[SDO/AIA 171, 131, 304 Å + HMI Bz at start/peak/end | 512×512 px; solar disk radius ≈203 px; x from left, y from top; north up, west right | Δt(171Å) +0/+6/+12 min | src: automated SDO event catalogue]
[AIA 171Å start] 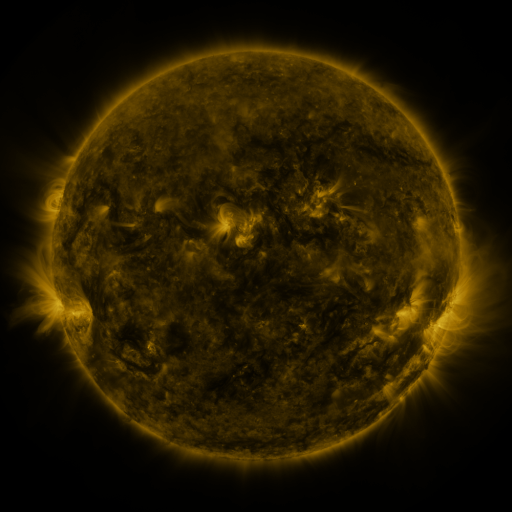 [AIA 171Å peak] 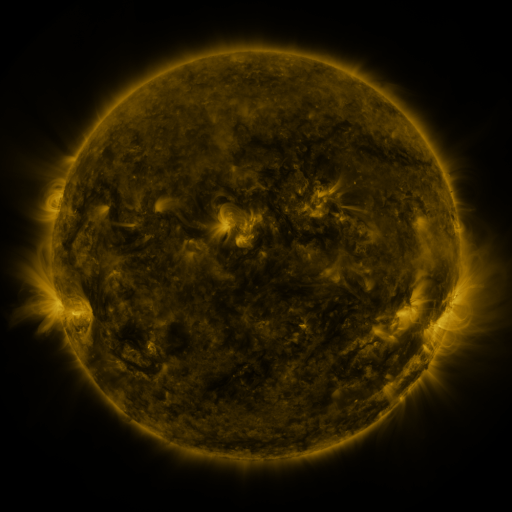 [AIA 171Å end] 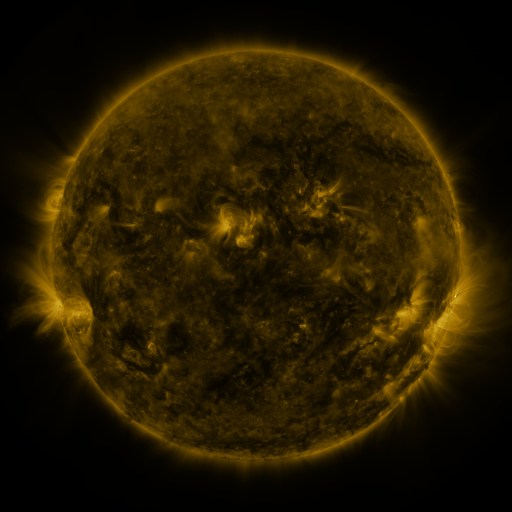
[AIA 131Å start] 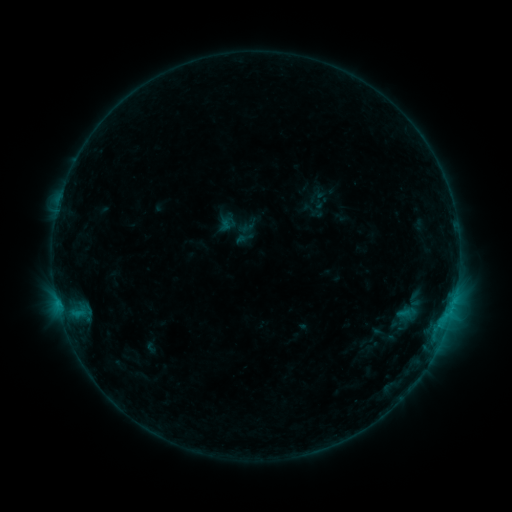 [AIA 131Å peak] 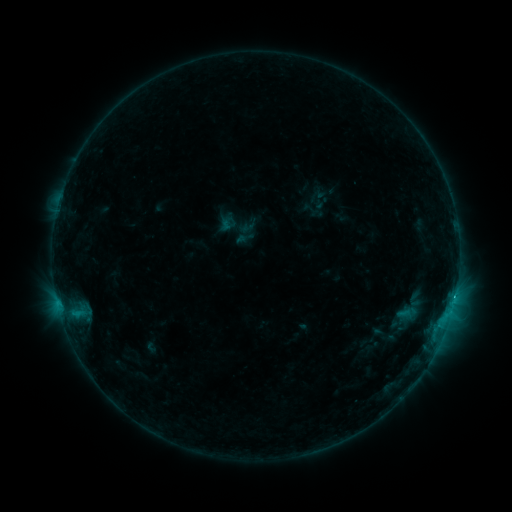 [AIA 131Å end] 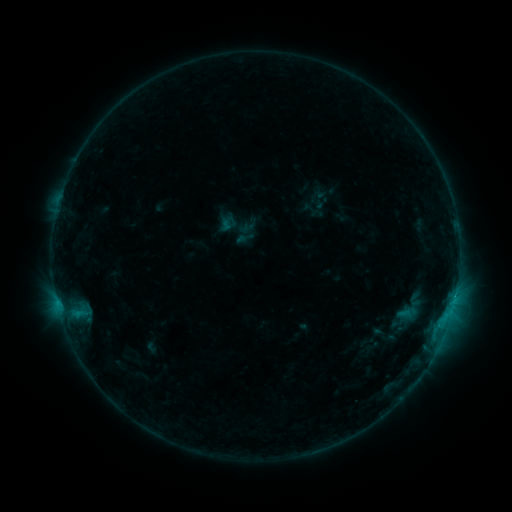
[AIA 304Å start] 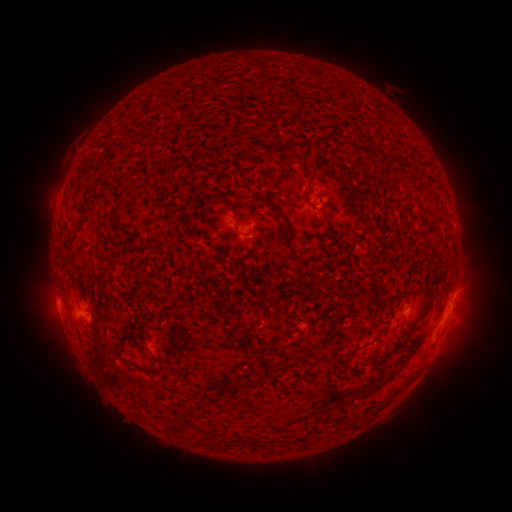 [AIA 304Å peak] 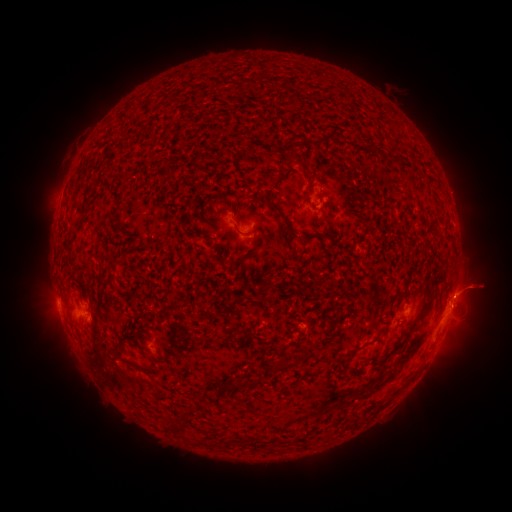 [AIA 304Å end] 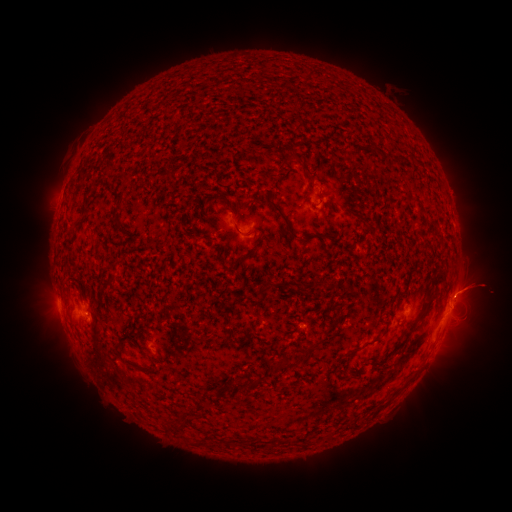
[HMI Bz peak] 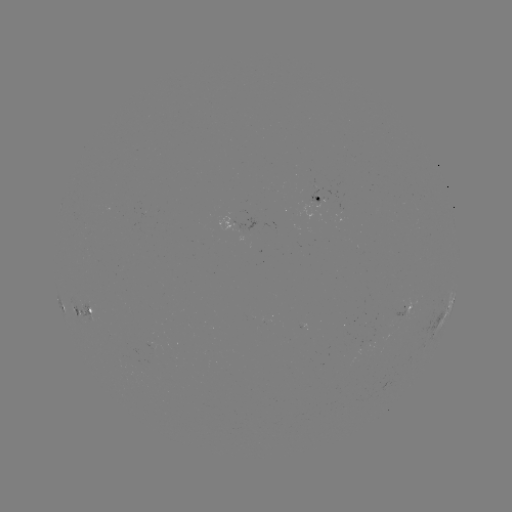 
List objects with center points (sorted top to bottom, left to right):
B8.5 flare: (455, 291)
